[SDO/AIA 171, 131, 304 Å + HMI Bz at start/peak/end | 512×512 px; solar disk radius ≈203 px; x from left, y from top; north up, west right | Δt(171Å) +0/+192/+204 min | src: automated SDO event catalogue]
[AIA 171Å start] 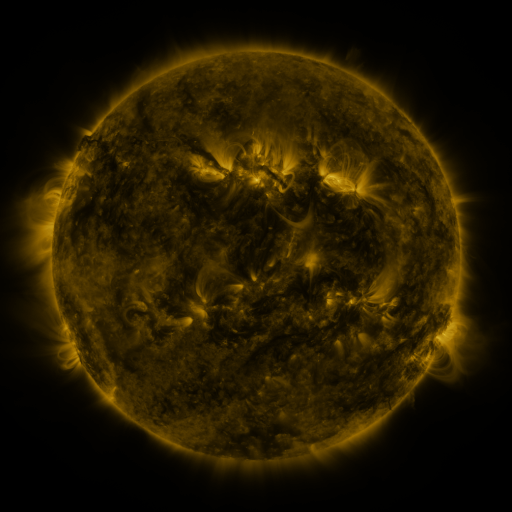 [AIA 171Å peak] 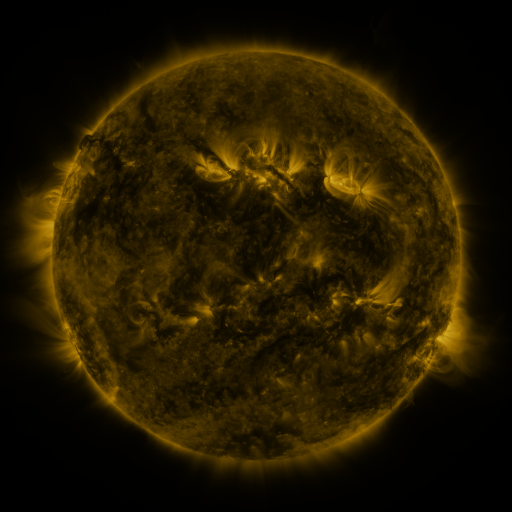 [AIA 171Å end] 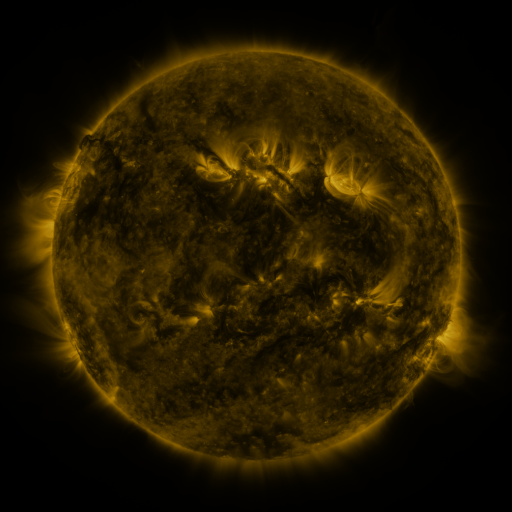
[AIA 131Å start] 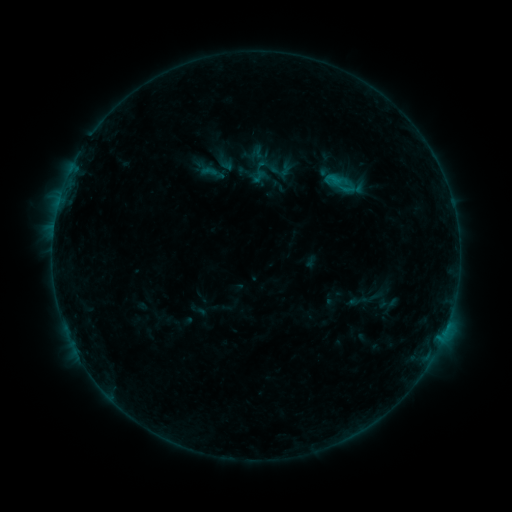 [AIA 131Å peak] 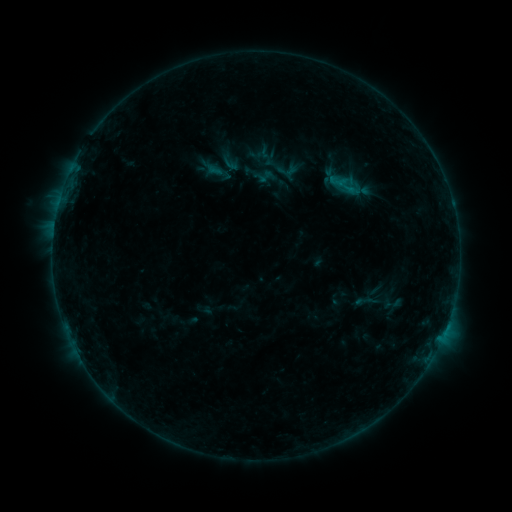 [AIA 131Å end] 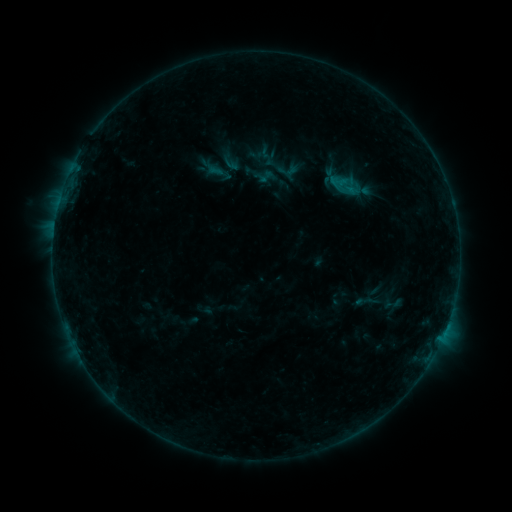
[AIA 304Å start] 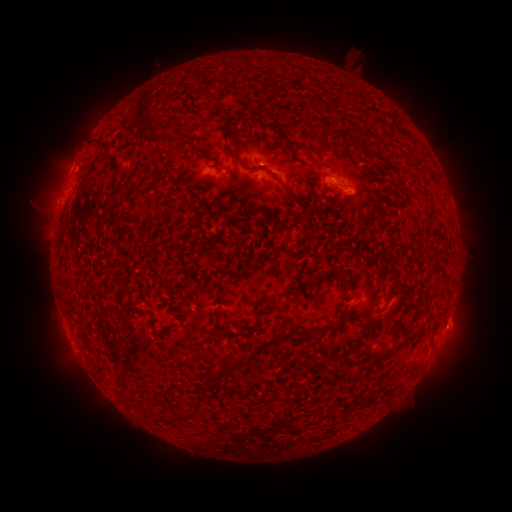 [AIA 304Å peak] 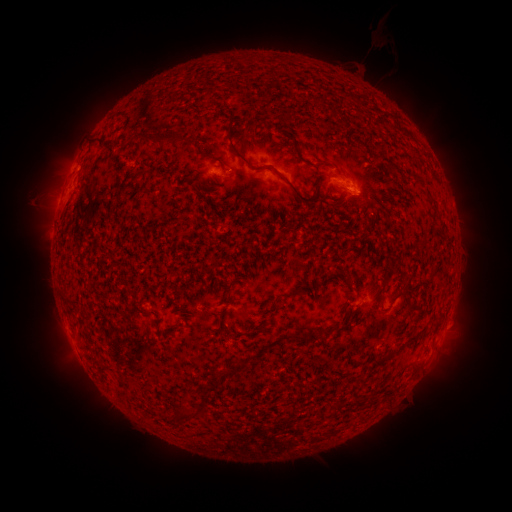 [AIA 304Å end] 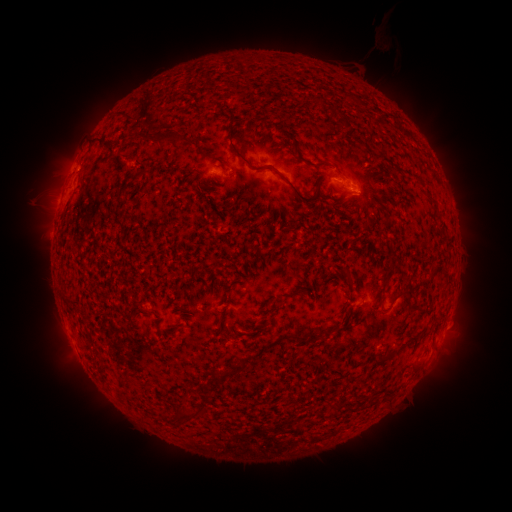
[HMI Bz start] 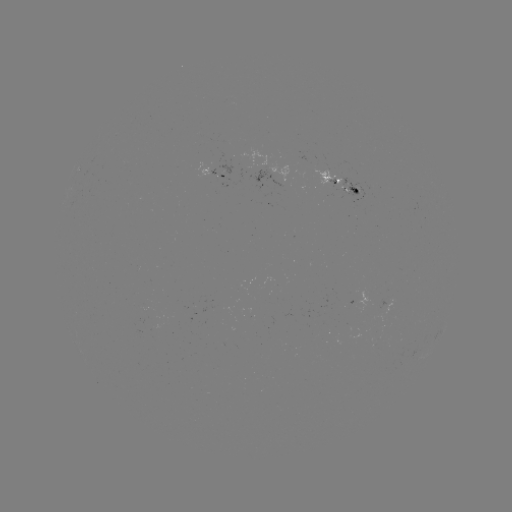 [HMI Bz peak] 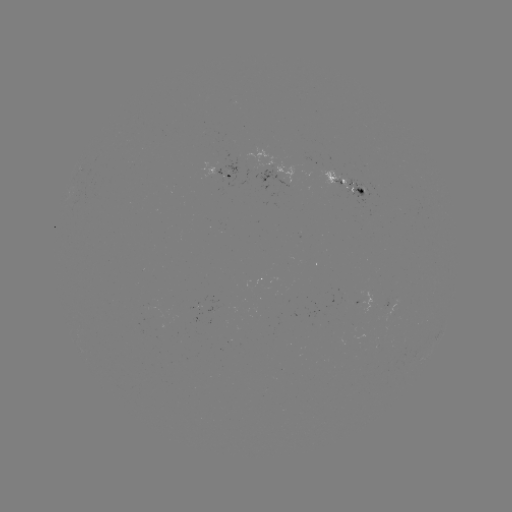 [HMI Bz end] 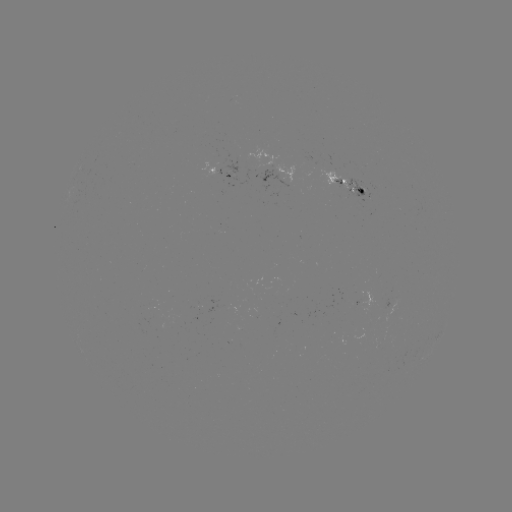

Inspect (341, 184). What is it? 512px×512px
emerging-flux region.